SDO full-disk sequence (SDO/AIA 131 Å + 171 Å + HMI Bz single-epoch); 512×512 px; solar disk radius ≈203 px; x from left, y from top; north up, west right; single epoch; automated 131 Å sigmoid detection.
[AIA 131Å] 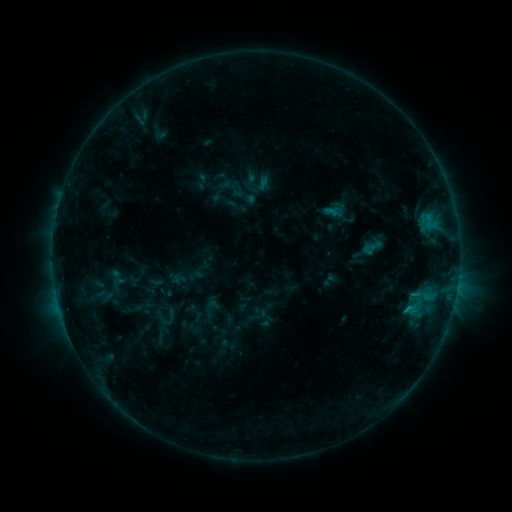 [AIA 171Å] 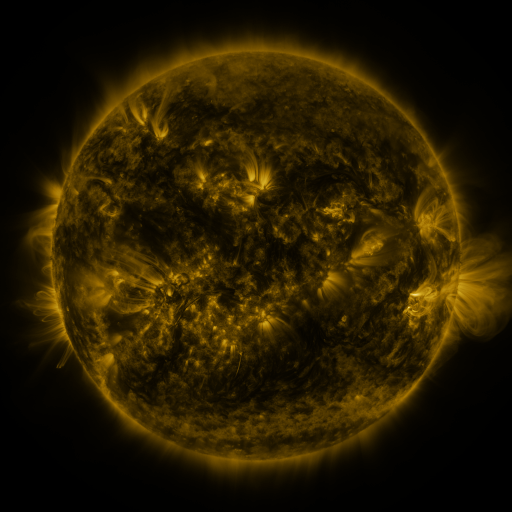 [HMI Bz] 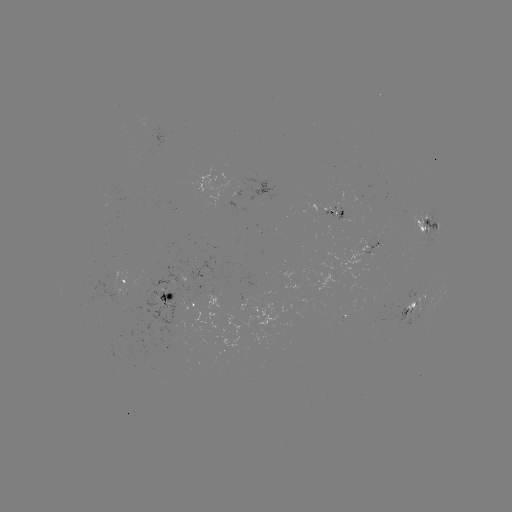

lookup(sigmoid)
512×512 117,277